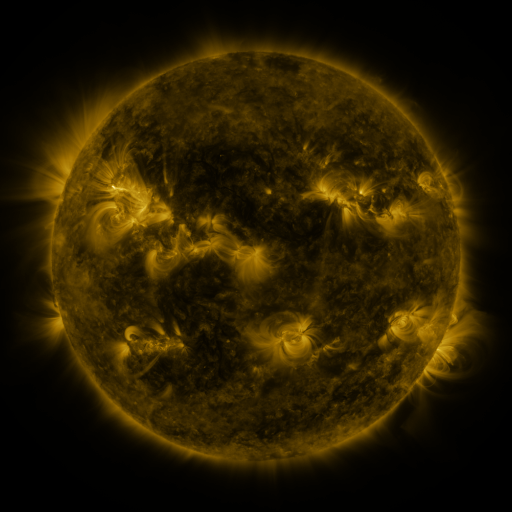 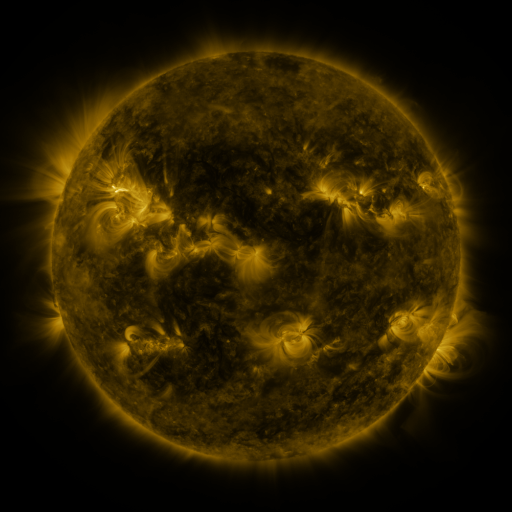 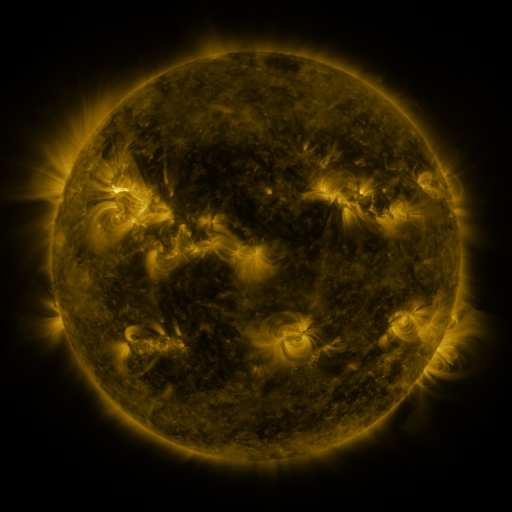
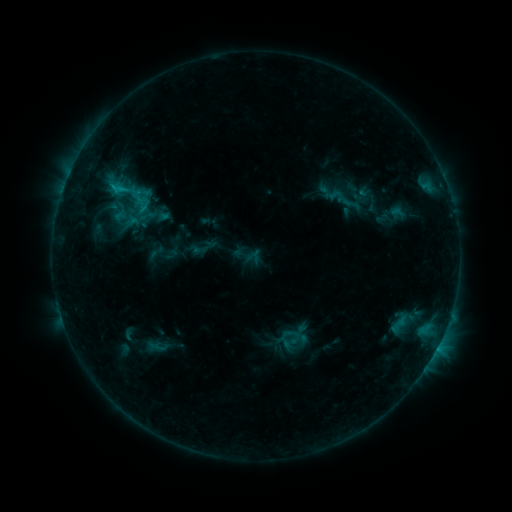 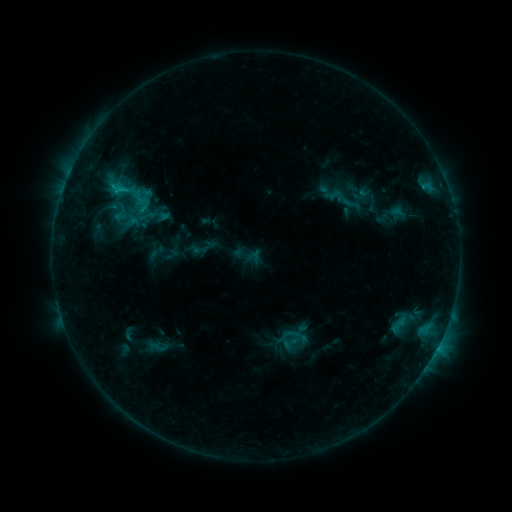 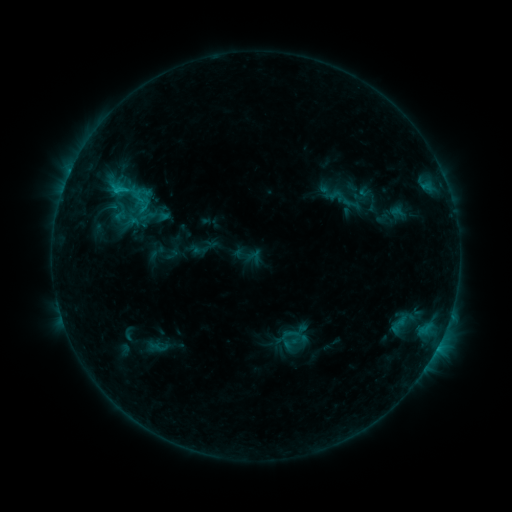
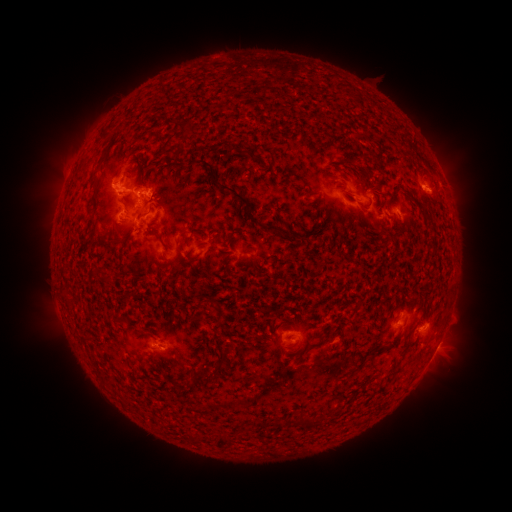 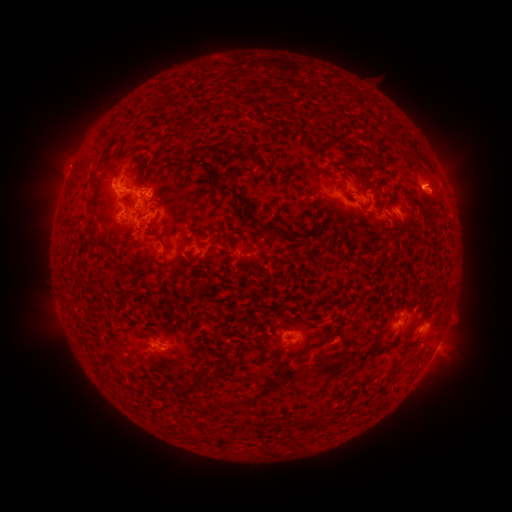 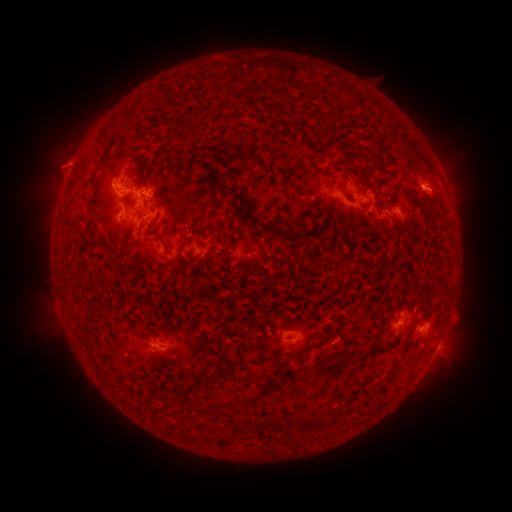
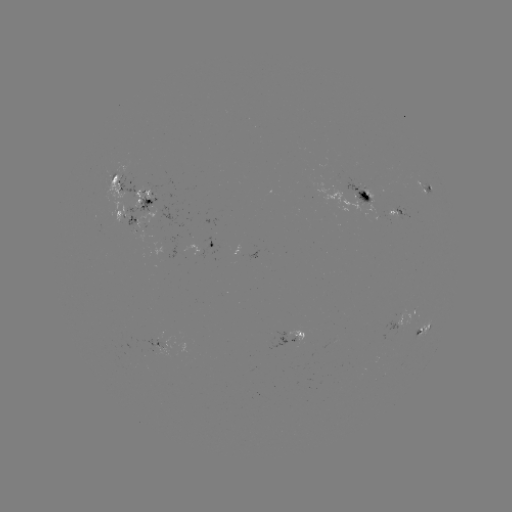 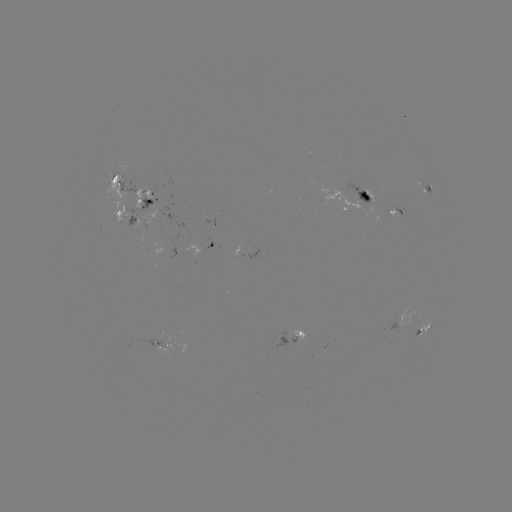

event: eruption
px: (65, 163)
